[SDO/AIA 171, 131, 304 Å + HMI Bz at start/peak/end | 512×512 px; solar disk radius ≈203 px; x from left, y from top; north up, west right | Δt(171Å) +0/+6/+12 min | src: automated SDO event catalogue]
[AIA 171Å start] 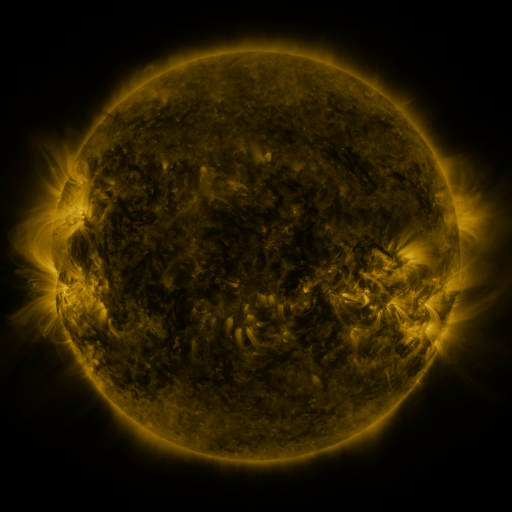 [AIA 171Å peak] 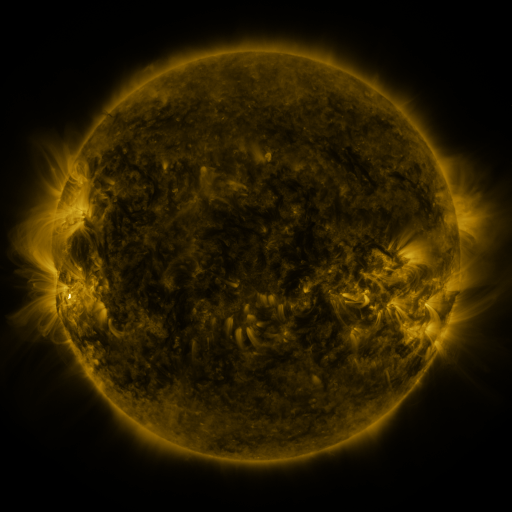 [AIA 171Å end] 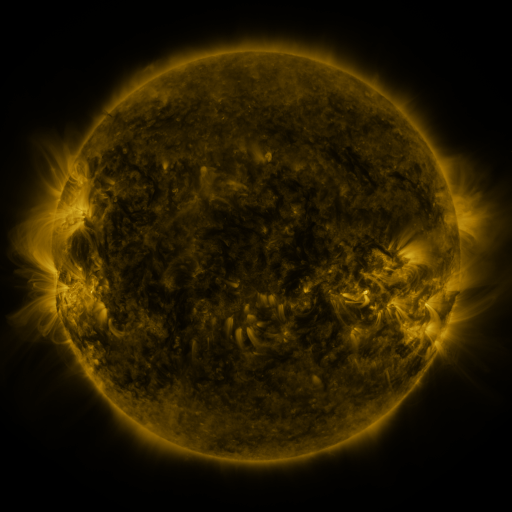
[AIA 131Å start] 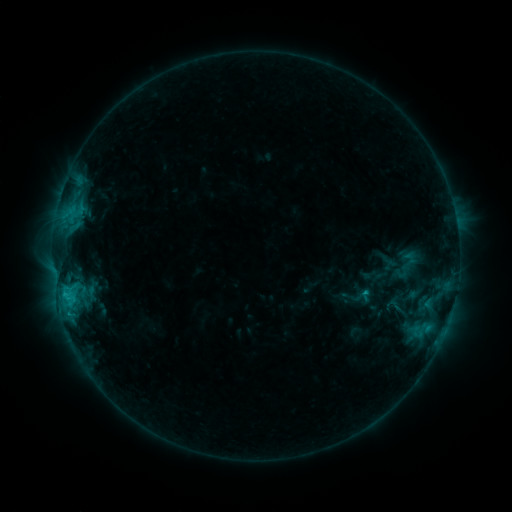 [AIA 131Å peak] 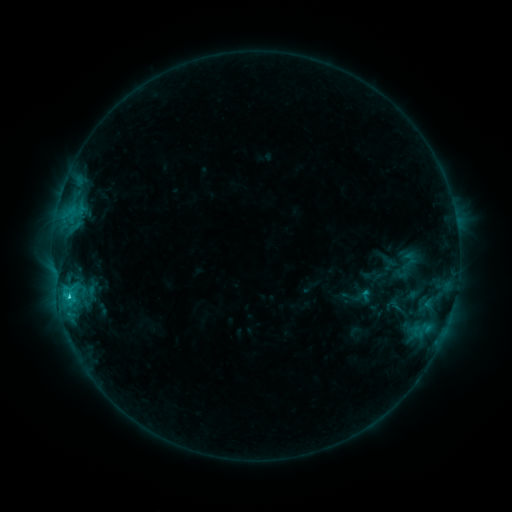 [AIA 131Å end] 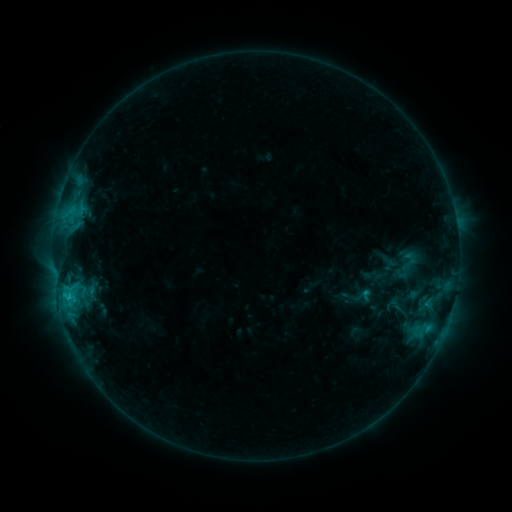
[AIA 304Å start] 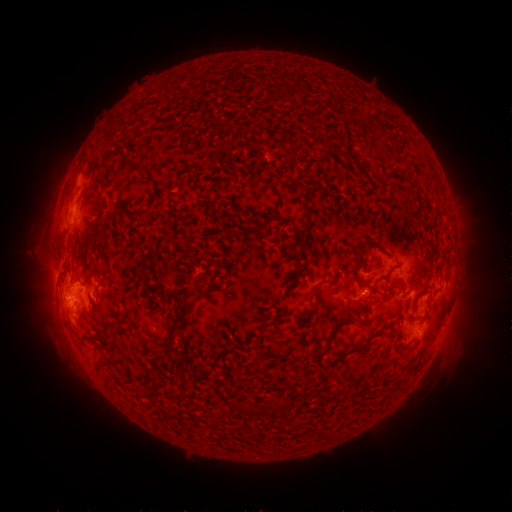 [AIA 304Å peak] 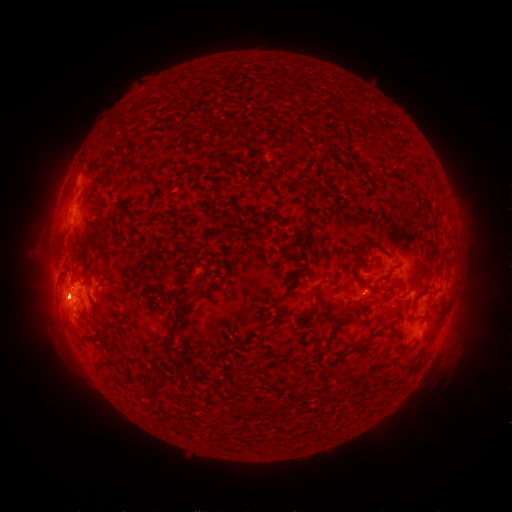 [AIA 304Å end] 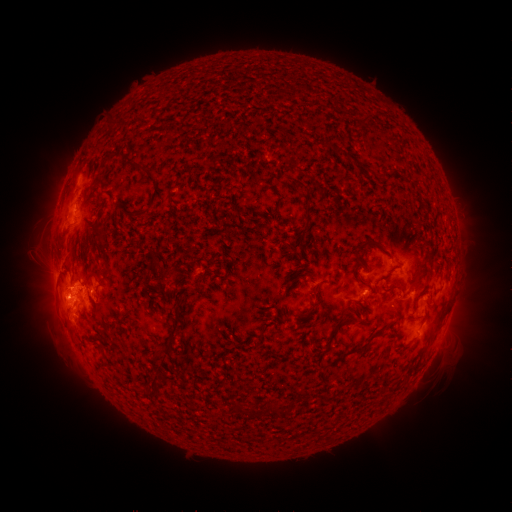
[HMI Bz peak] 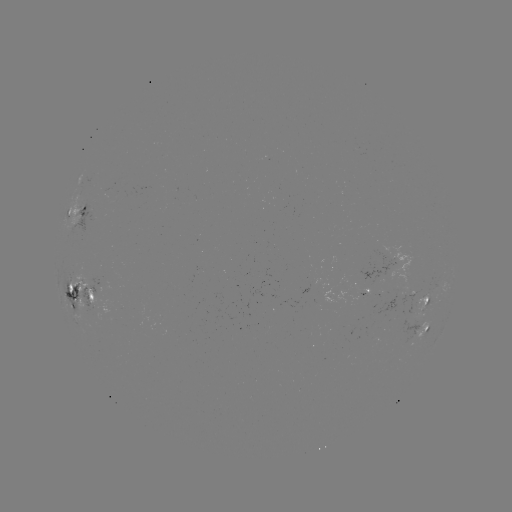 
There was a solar flare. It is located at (69, 294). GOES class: C2.2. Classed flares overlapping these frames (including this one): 1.